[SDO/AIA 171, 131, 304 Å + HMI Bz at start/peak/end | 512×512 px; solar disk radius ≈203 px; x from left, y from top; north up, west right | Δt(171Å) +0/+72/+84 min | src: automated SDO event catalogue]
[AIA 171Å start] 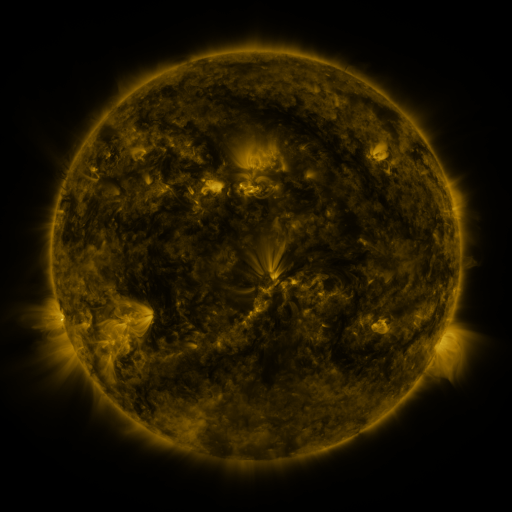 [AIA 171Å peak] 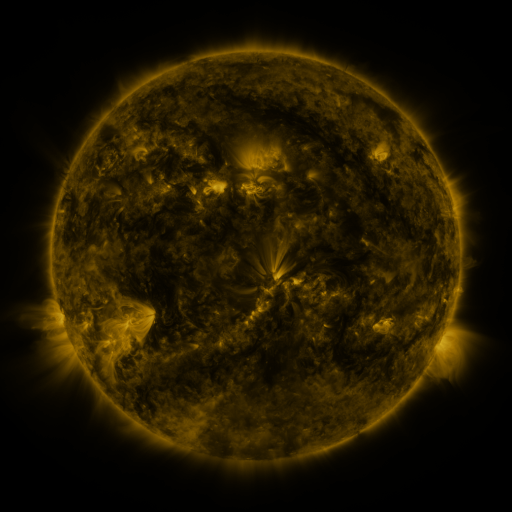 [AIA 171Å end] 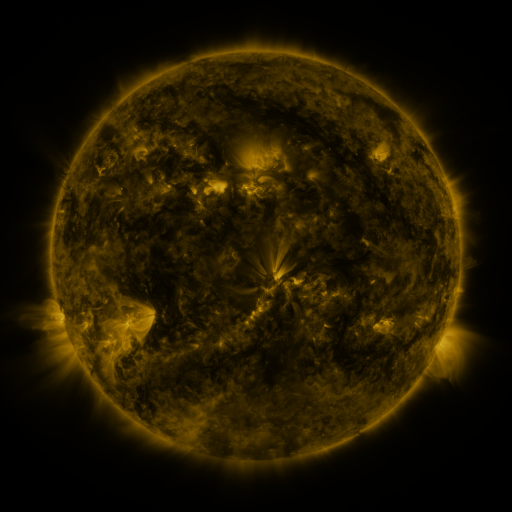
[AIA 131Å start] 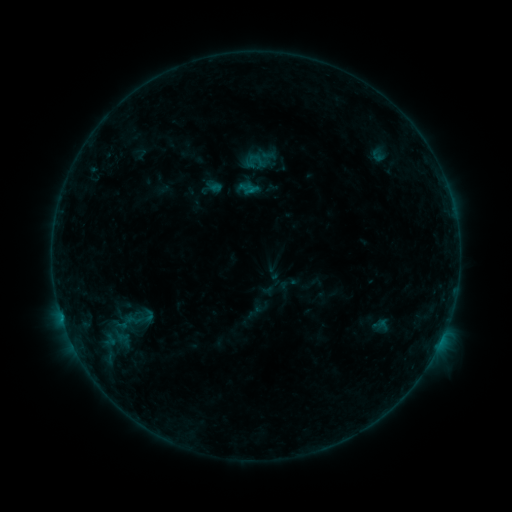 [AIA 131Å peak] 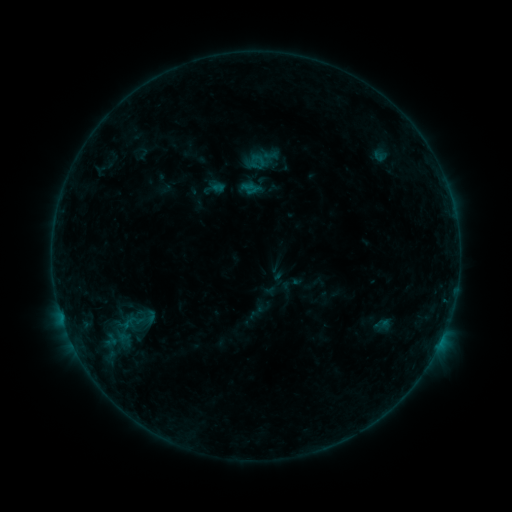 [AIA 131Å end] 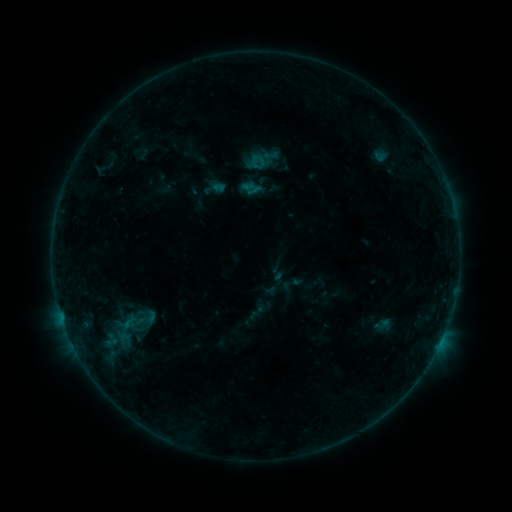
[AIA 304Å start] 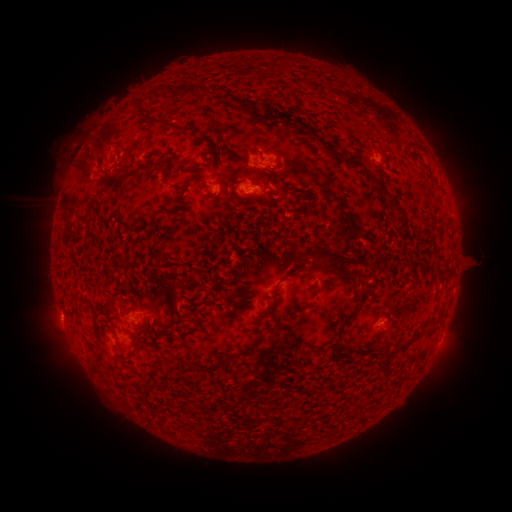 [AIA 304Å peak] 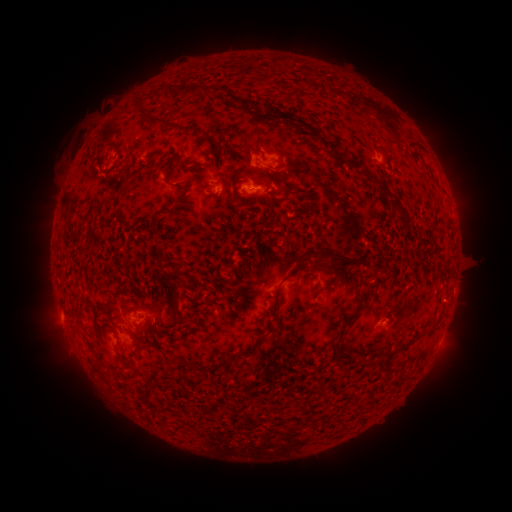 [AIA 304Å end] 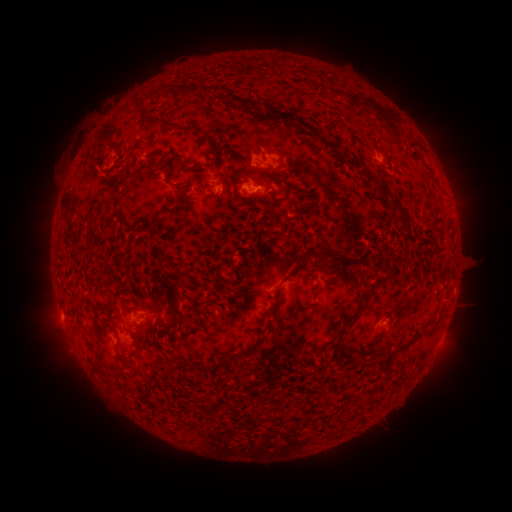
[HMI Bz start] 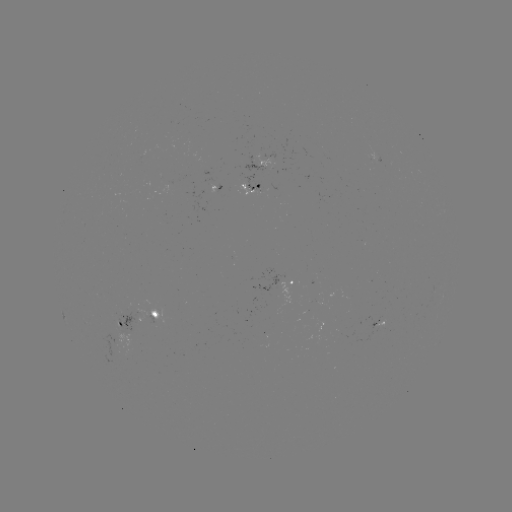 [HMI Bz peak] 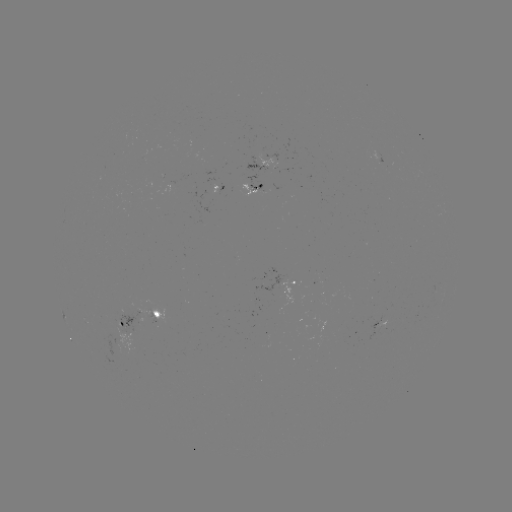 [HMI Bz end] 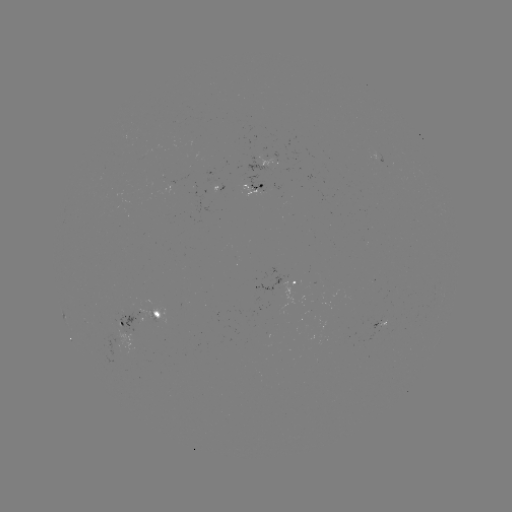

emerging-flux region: (245, 174, 263, 193)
